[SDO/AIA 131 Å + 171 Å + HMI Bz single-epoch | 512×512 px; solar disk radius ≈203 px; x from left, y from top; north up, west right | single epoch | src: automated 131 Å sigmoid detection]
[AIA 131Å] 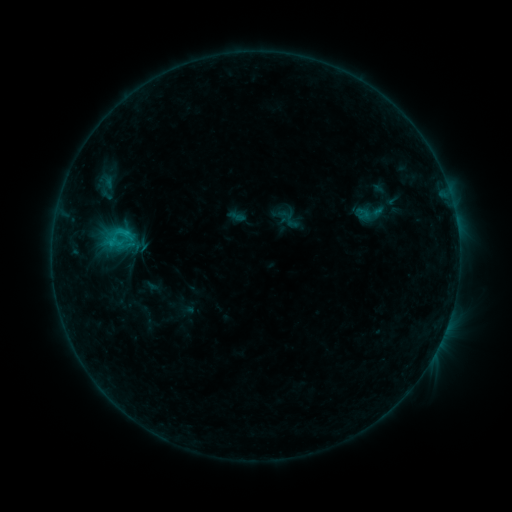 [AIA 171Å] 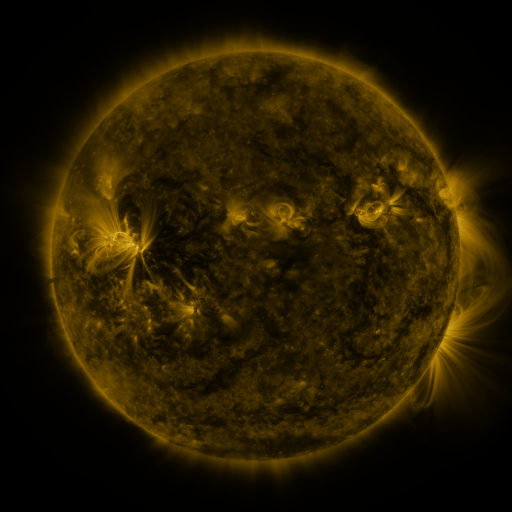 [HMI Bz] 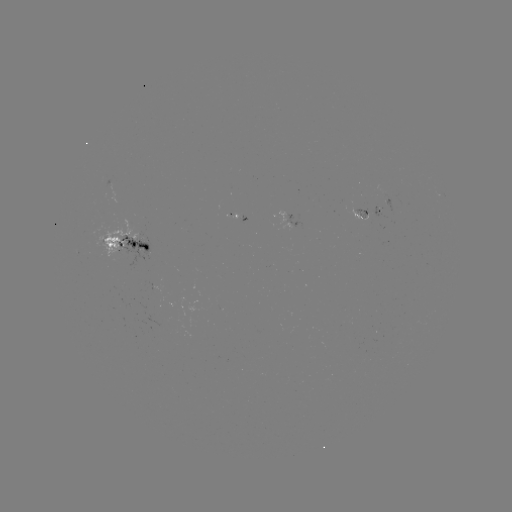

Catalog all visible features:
sigmoid: (350, 198, 390, 228)
sigmoid: (109, 218, 135, 247)
